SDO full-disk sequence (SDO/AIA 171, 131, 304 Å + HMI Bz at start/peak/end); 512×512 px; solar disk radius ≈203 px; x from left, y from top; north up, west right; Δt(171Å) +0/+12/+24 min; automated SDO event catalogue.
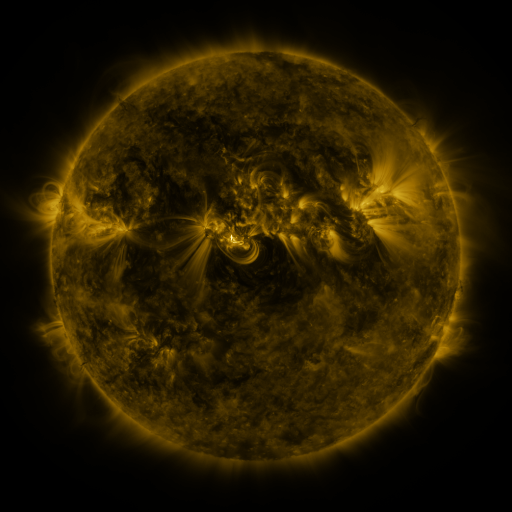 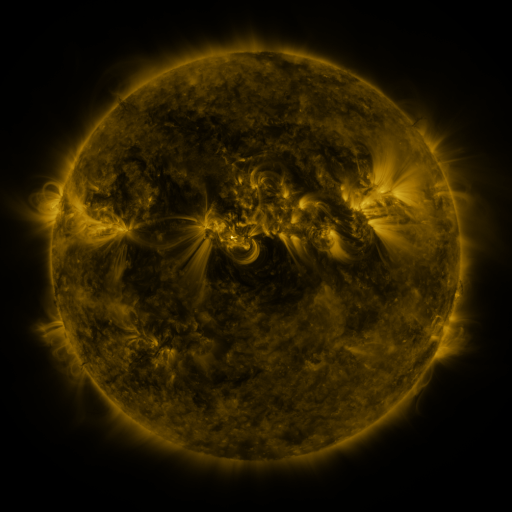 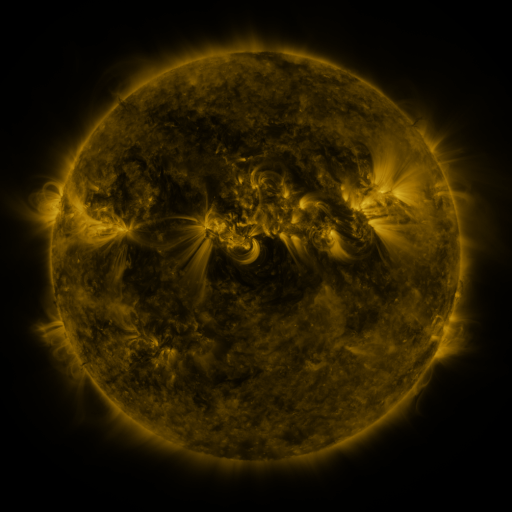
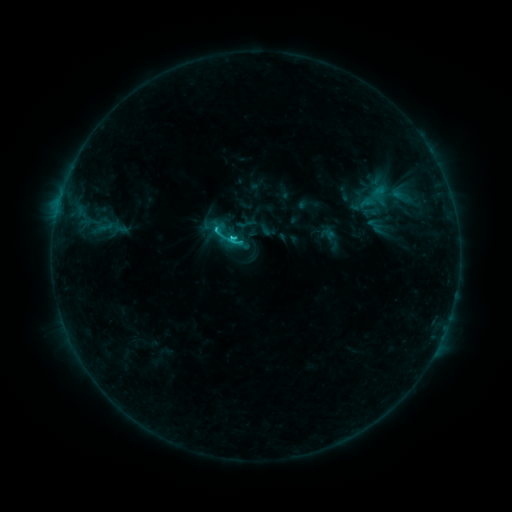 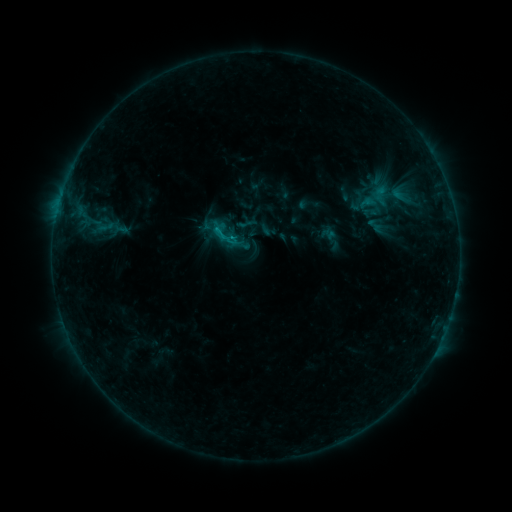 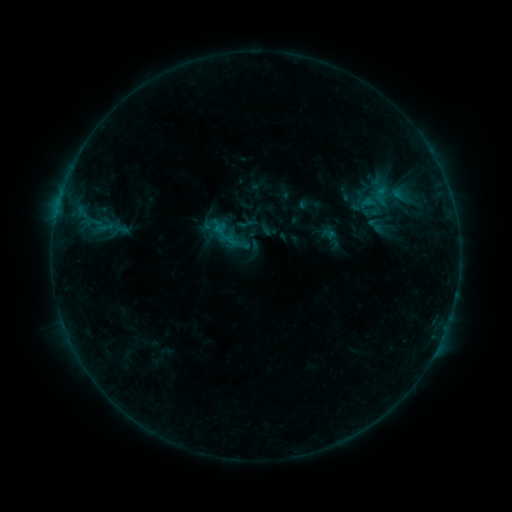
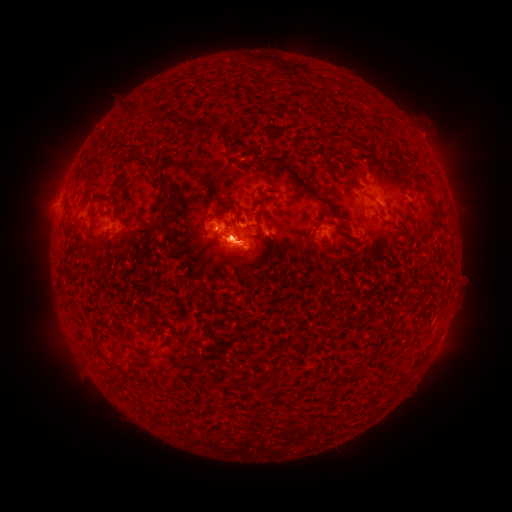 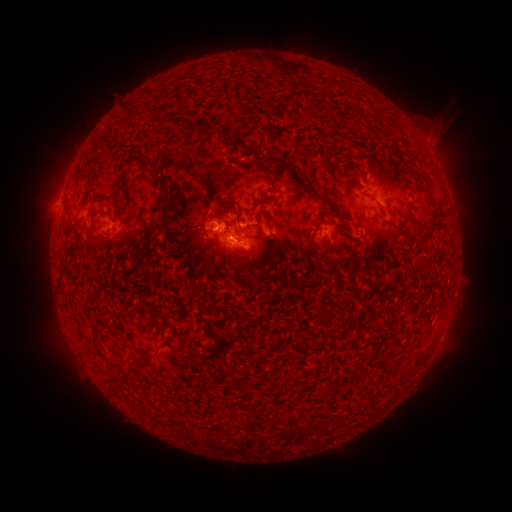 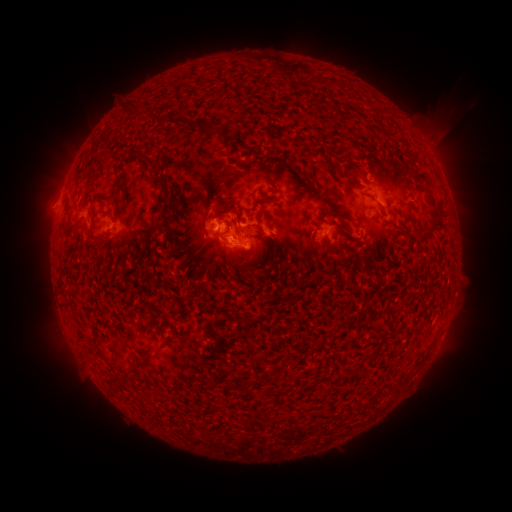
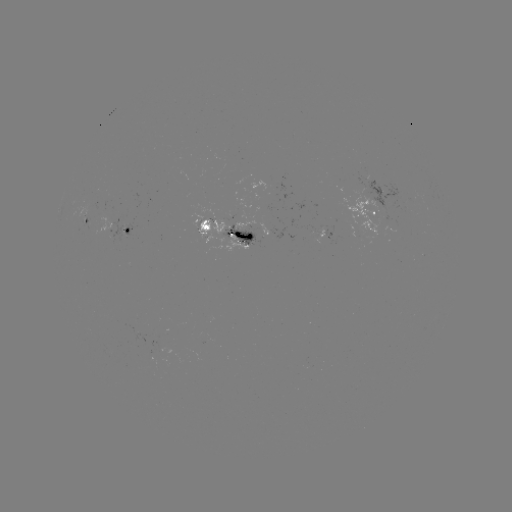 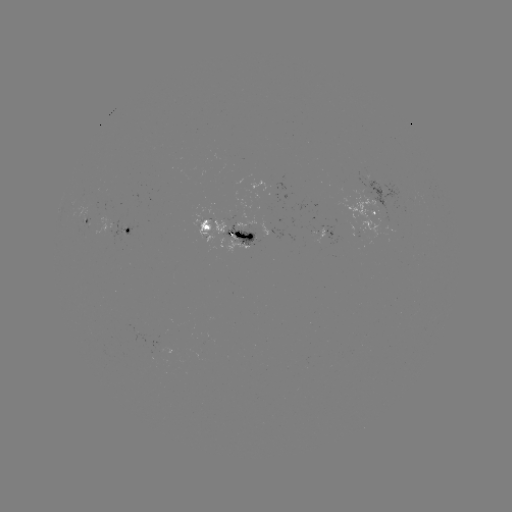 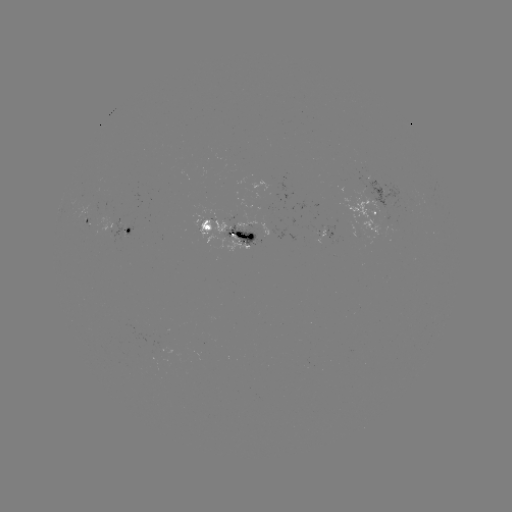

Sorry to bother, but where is eruption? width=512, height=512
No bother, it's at [440, 134].